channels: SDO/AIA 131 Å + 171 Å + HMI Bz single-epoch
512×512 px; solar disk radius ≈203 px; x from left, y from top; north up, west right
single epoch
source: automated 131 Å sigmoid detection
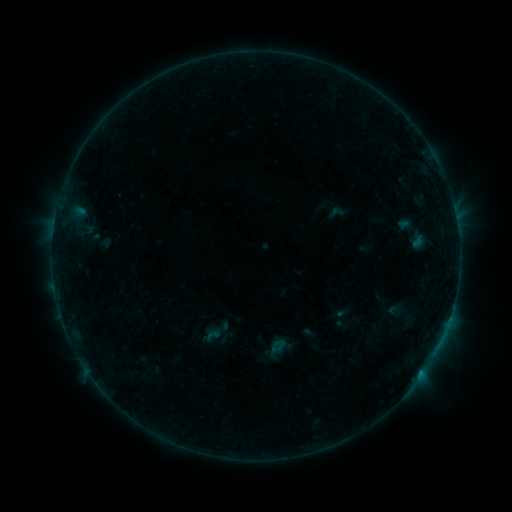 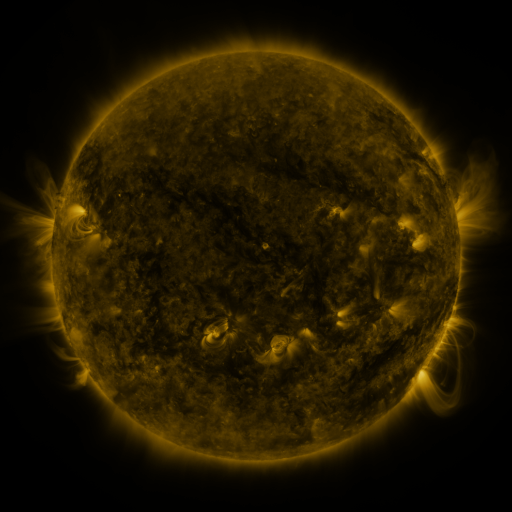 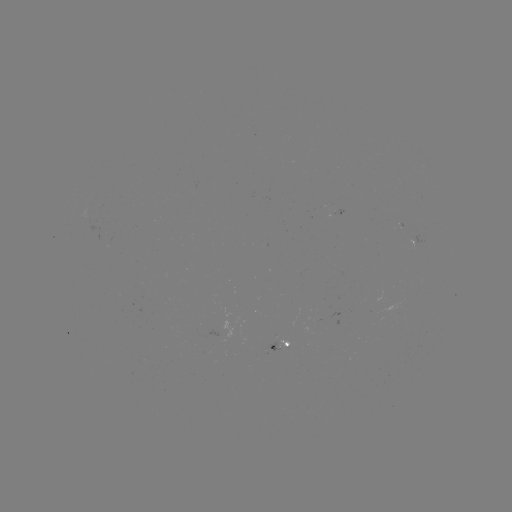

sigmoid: (325, 204, 347, 221)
